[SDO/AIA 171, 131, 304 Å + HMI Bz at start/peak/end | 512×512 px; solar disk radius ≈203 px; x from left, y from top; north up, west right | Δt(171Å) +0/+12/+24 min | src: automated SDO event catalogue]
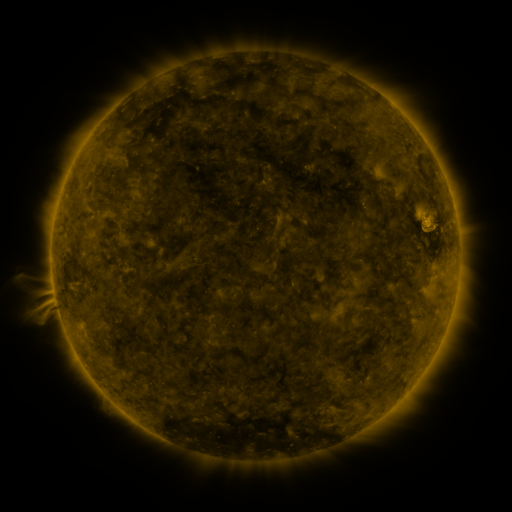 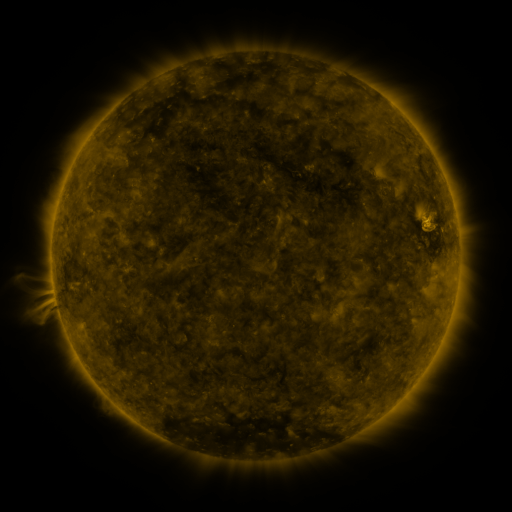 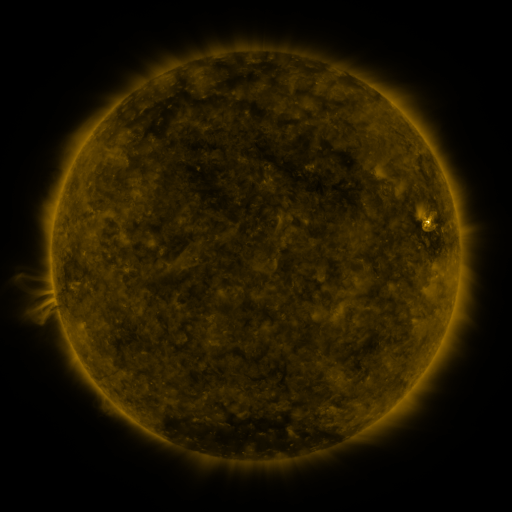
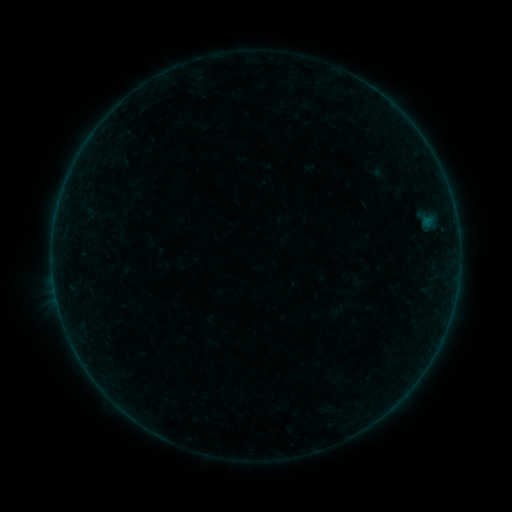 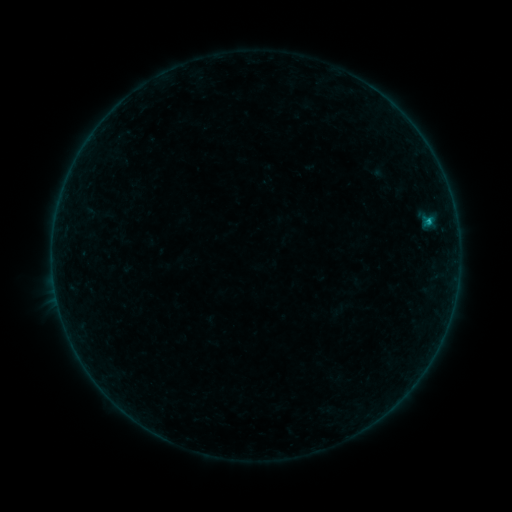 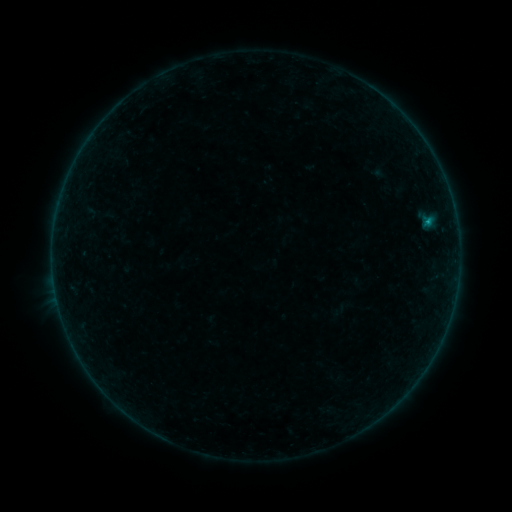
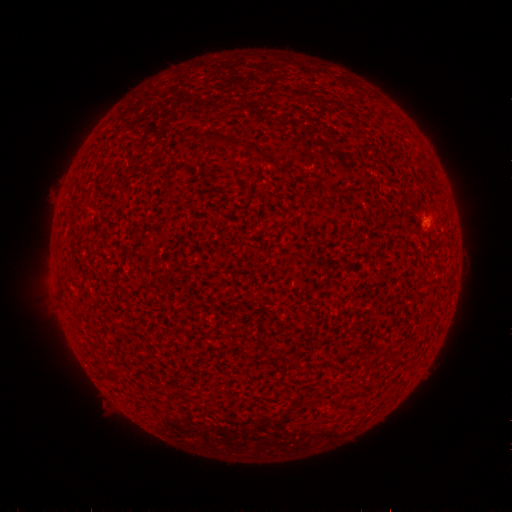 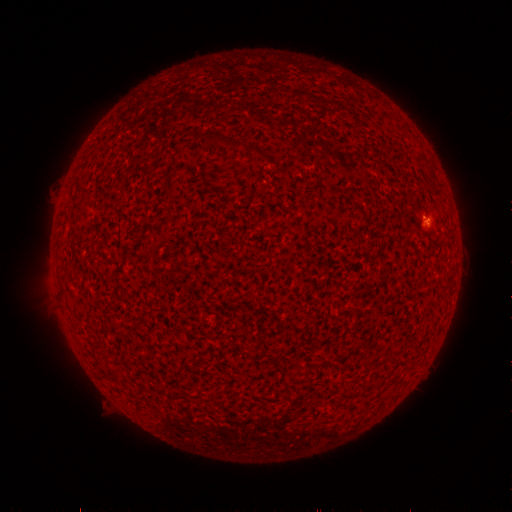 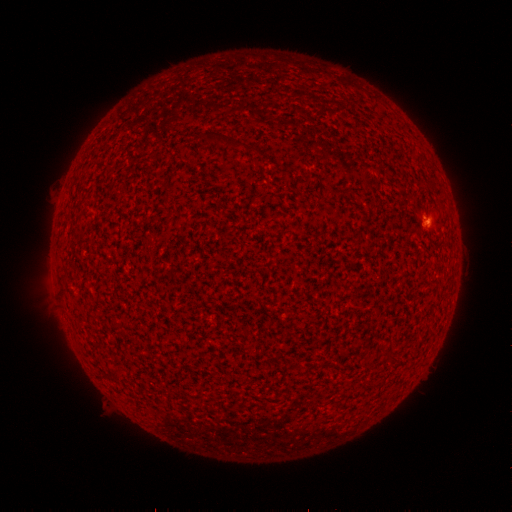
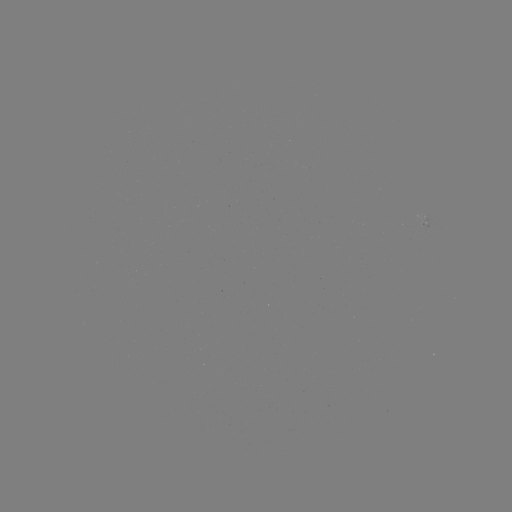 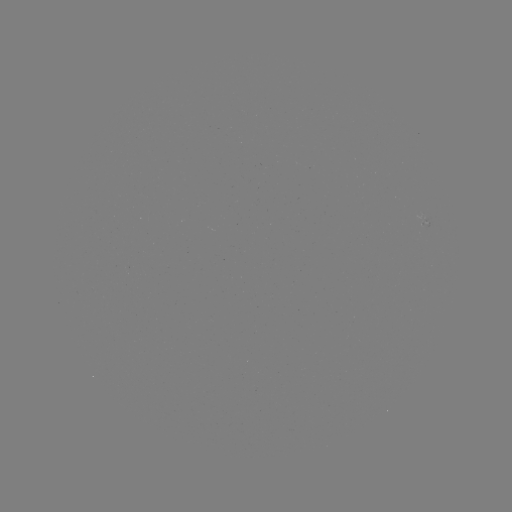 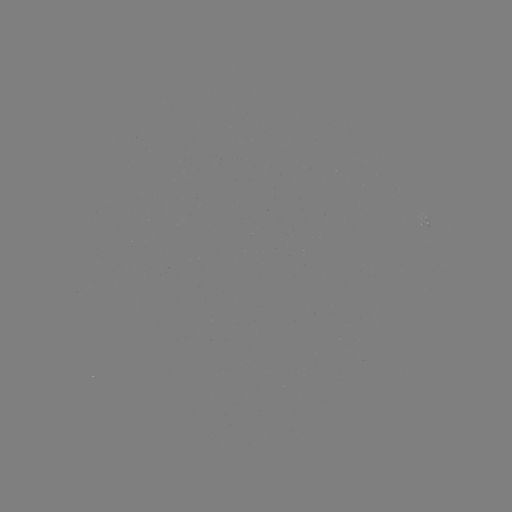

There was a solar flare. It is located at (428, 224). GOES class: B5.2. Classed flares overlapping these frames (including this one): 1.